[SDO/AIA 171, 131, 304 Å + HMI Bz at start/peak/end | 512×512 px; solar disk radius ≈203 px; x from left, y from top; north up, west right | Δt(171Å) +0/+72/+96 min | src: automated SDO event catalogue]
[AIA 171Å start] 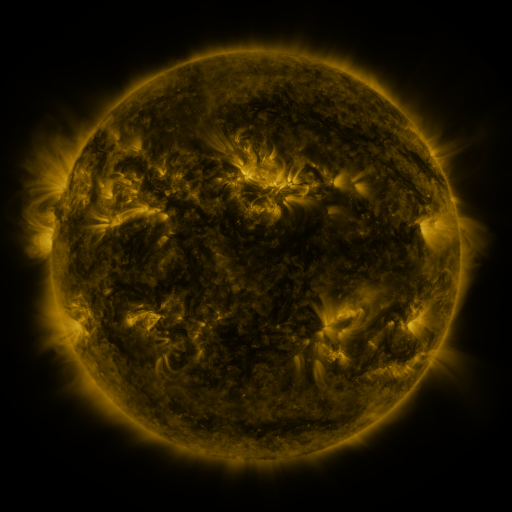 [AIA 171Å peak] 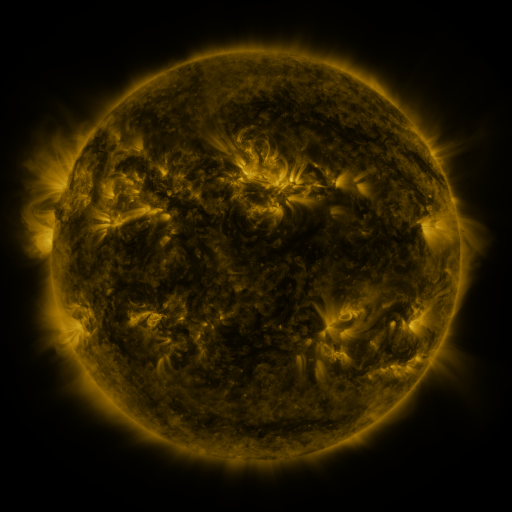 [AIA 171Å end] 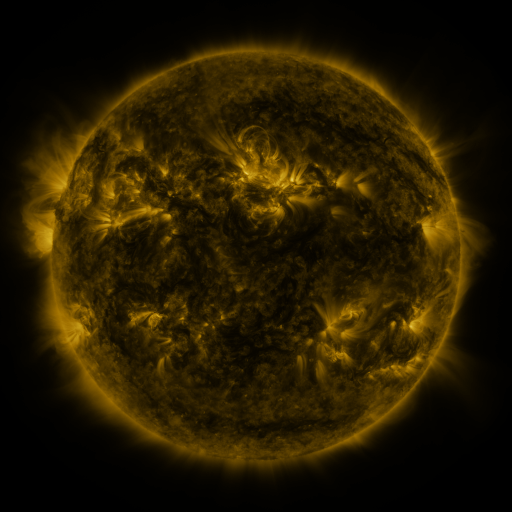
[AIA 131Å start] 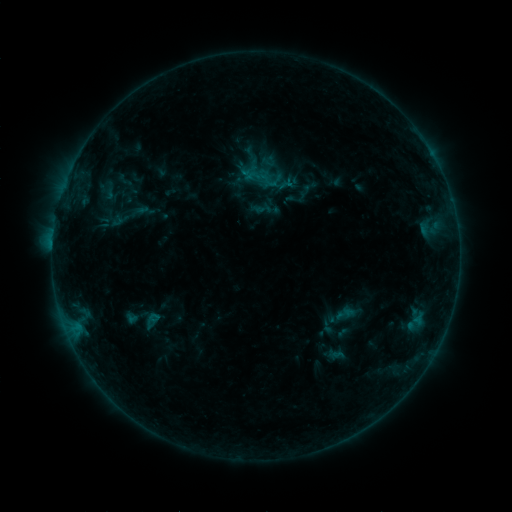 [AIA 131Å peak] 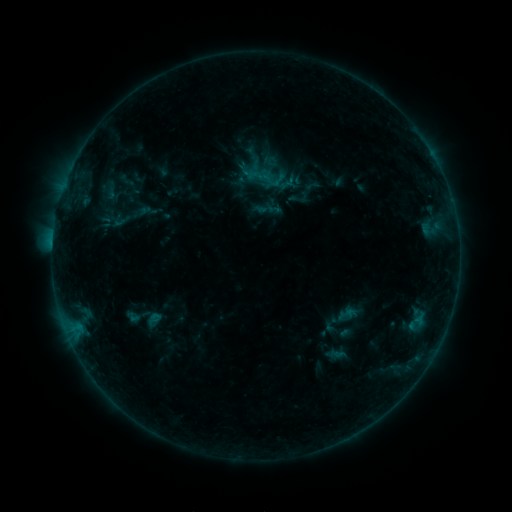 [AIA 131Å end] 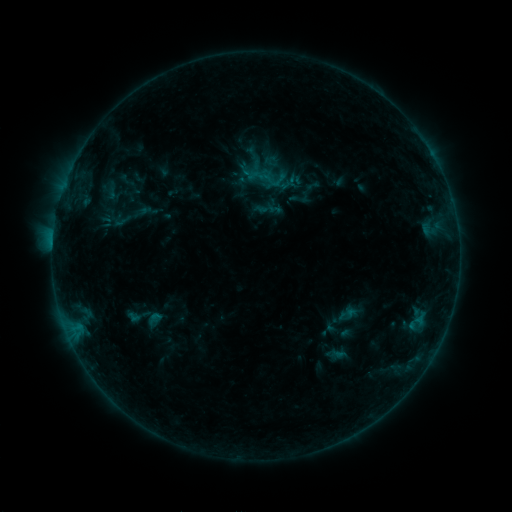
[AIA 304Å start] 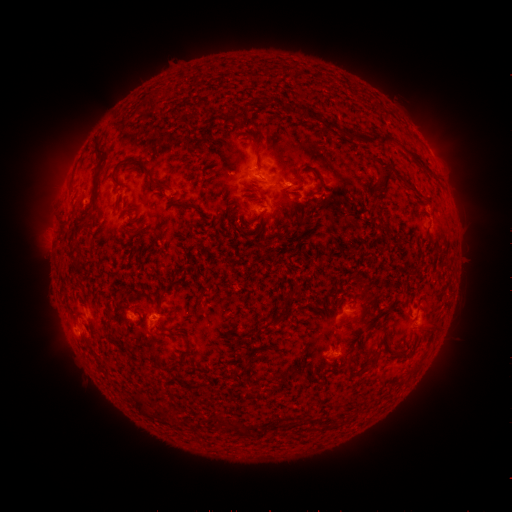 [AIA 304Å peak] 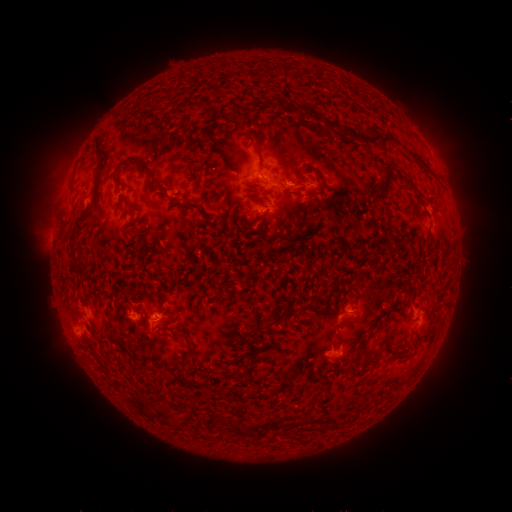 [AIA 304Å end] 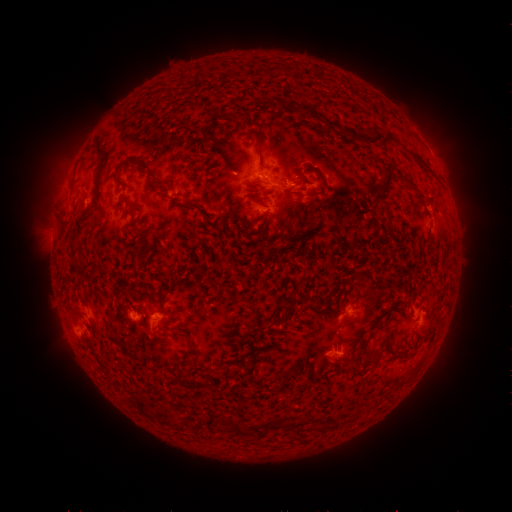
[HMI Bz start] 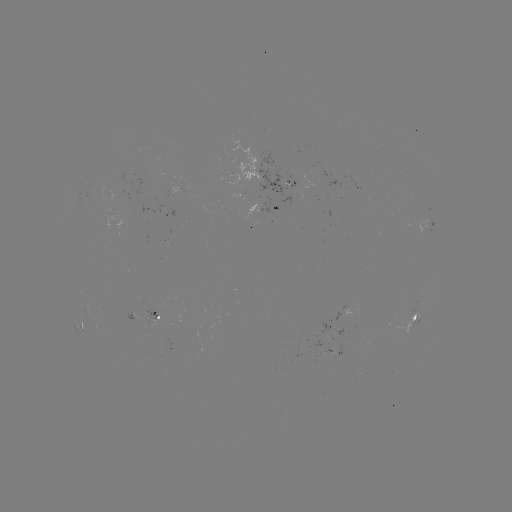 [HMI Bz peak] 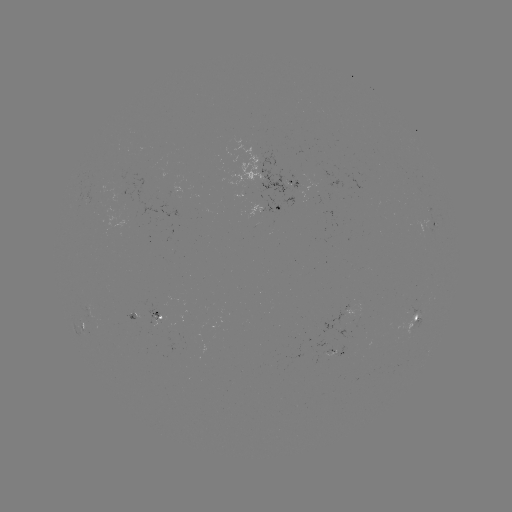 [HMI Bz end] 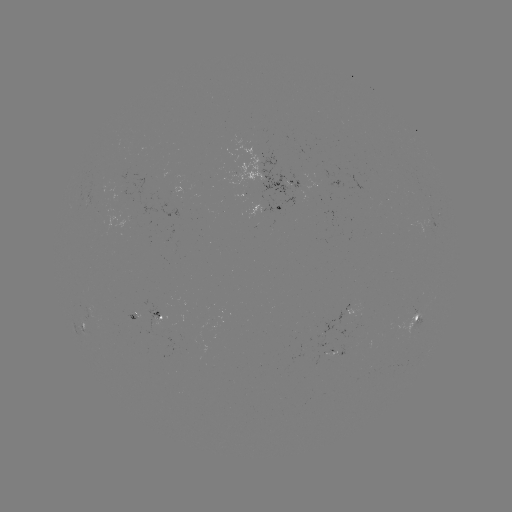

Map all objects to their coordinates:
emerging-flux region: (291, 189)
